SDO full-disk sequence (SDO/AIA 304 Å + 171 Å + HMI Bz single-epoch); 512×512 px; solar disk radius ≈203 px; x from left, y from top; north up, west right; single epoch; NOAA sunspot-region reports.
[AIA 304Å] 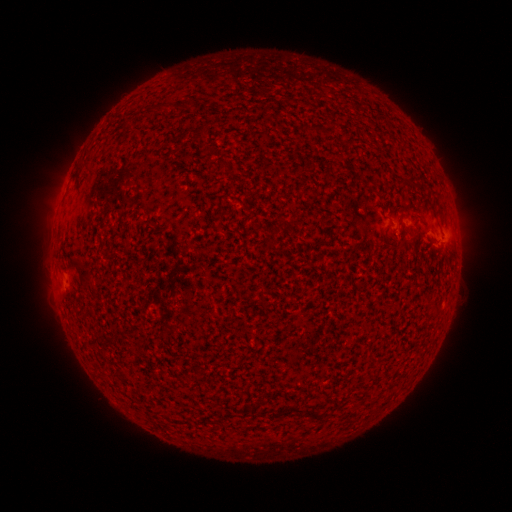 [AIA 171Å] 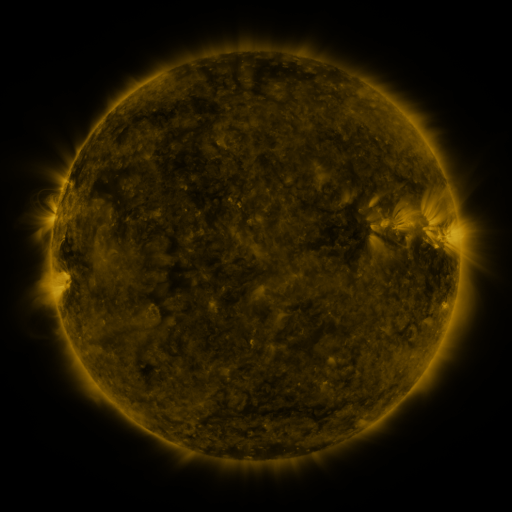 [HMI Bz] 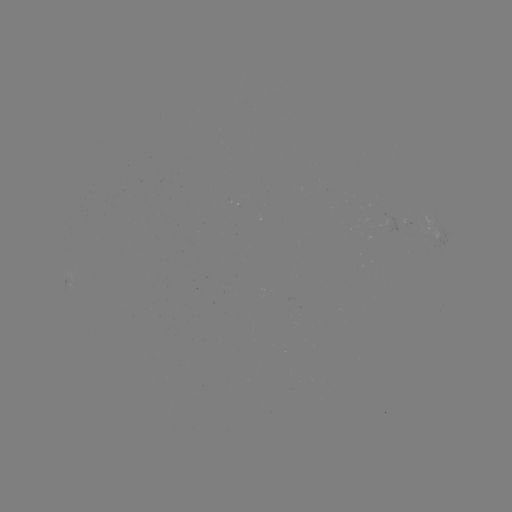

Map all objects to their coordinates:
(none)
